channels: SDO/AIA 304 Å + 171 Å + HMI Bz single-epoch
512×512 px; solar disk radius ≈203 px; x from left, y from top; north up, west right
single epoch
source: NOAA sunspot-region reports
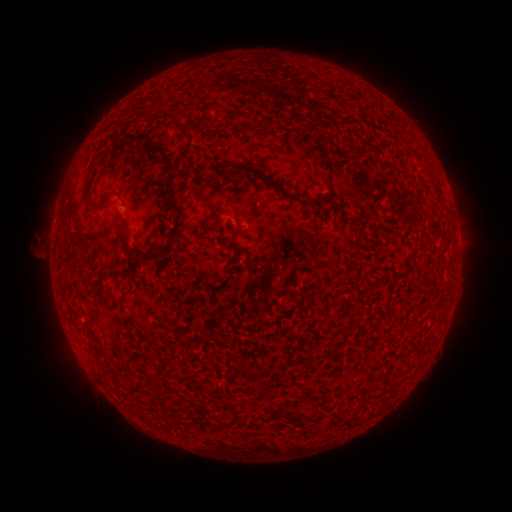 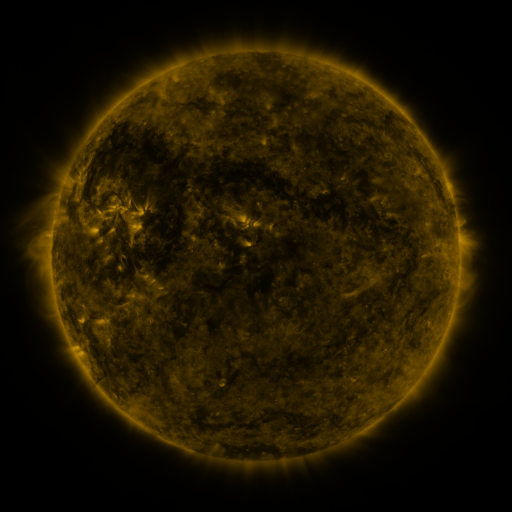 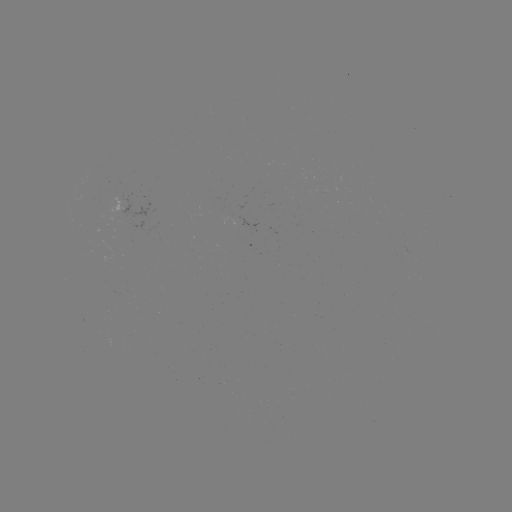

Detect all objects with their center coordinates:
(none)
